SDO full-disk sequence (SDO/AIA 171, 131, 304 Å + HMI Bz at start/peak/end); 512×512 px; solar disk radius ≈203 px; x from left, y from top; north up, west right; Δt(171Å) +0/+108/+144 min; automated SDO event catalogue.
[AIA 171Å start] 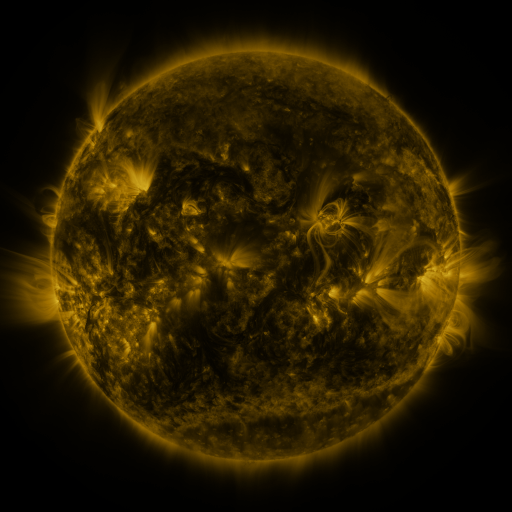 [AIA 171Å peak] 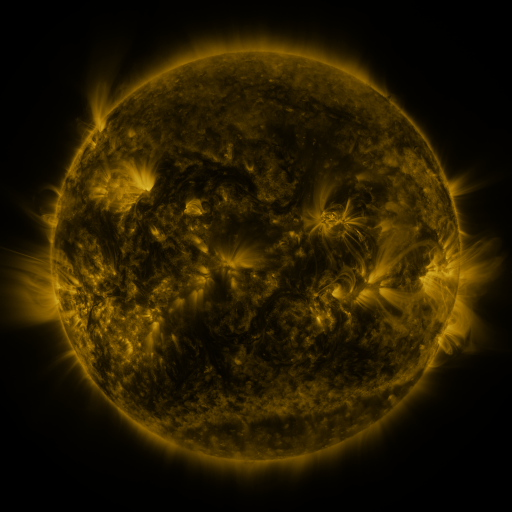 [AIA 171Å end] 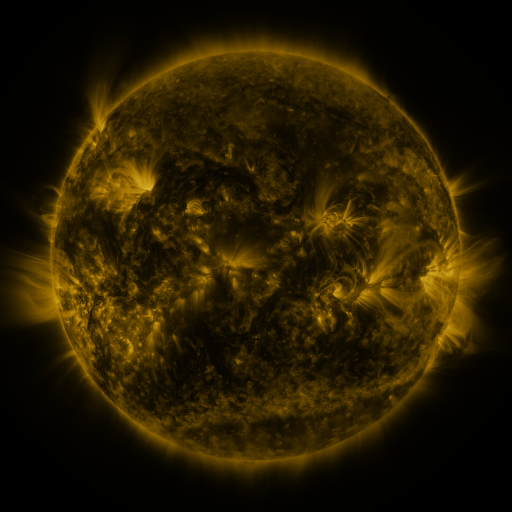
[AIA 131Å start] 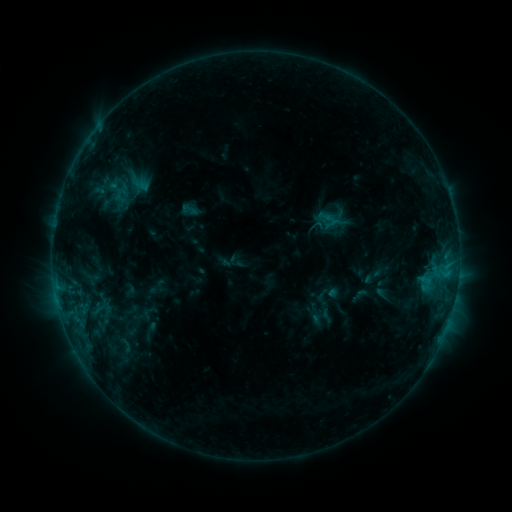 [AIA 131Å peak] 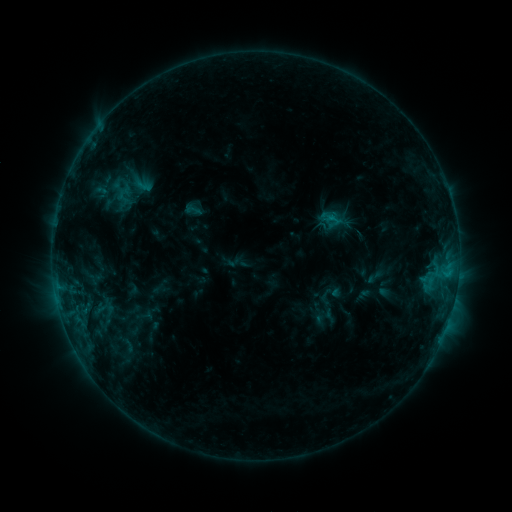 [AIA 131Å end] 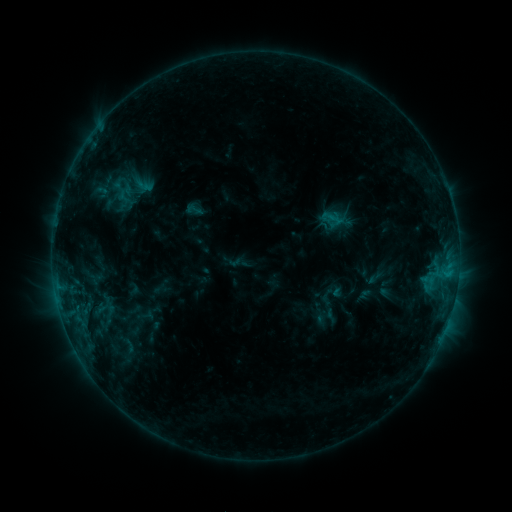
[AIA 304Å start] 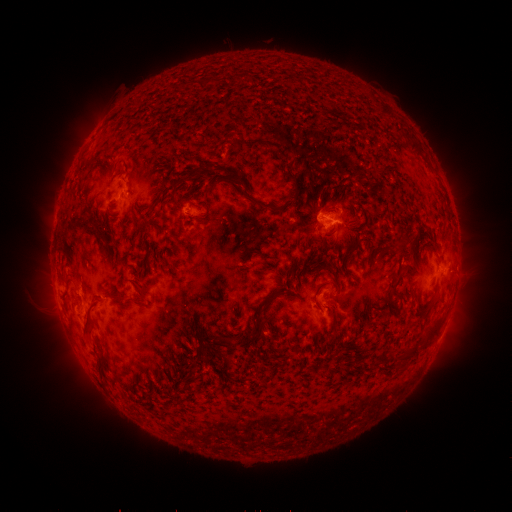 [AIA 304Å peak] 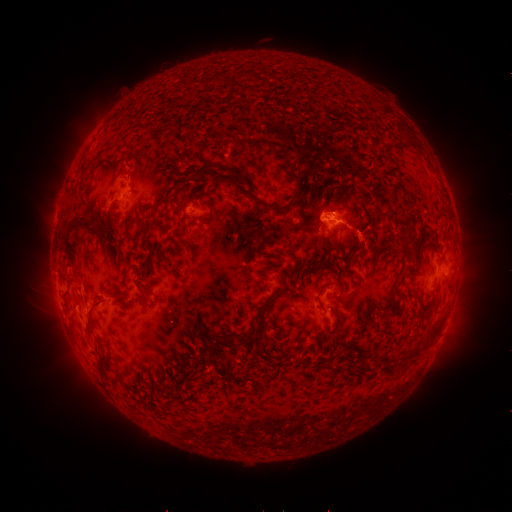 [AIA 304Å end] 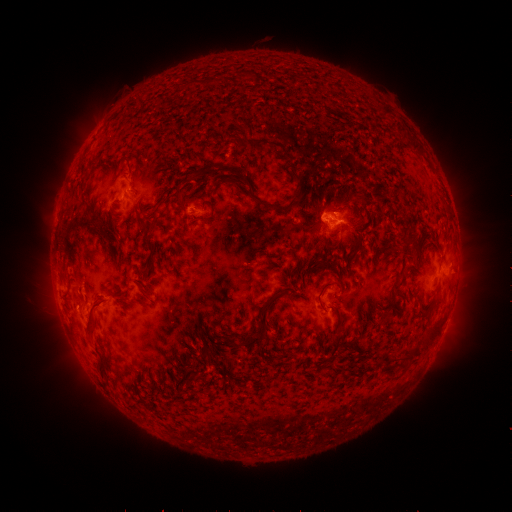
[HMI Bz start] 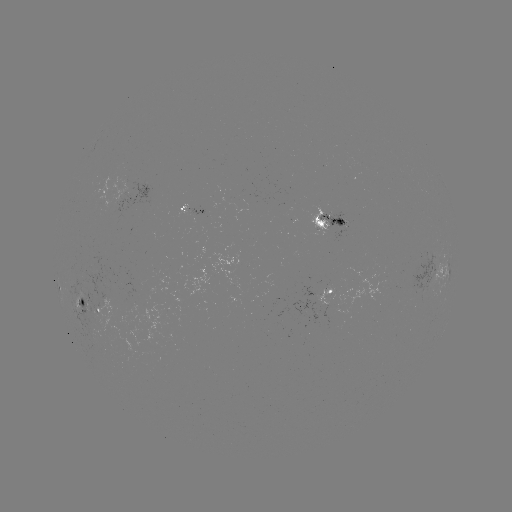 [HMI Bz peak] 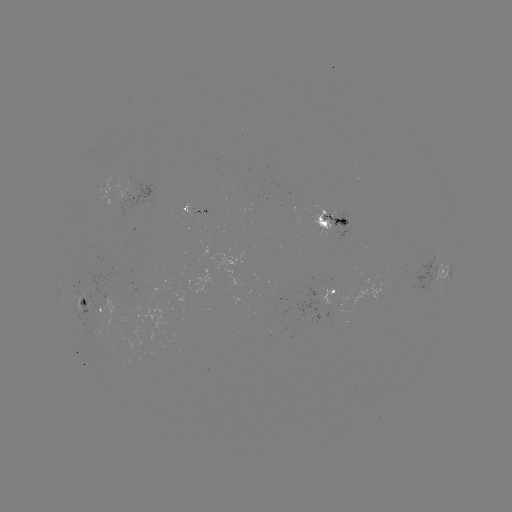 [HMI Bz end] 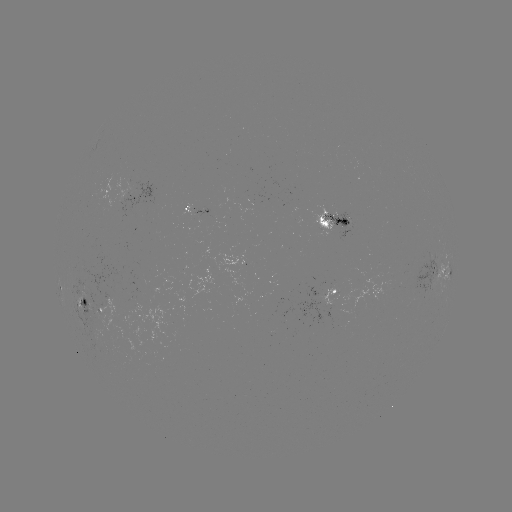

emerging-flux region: [61, 292, 152, 357]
